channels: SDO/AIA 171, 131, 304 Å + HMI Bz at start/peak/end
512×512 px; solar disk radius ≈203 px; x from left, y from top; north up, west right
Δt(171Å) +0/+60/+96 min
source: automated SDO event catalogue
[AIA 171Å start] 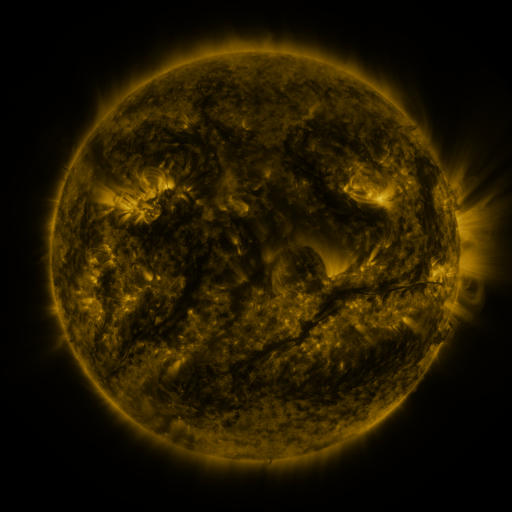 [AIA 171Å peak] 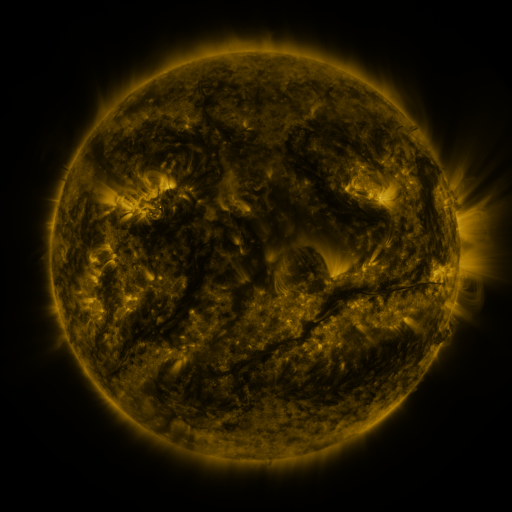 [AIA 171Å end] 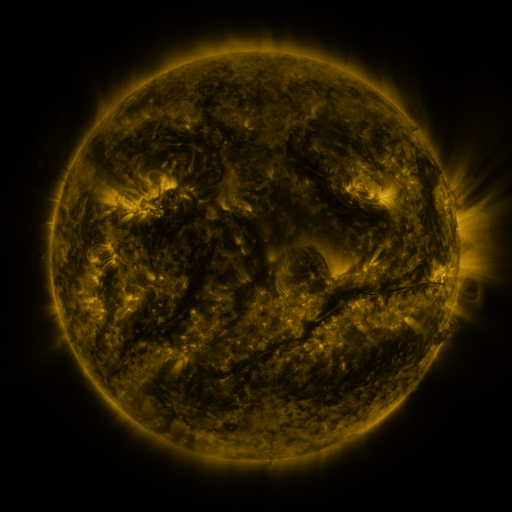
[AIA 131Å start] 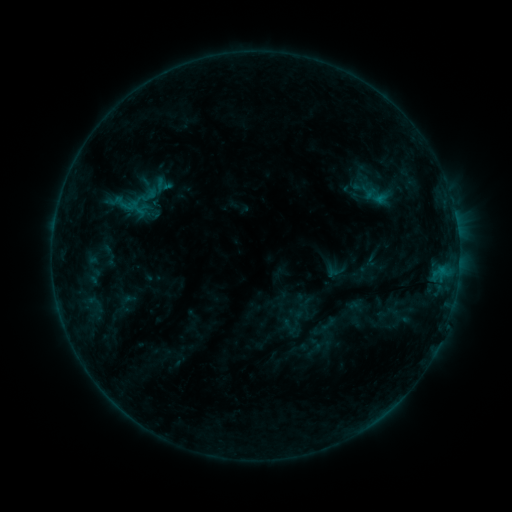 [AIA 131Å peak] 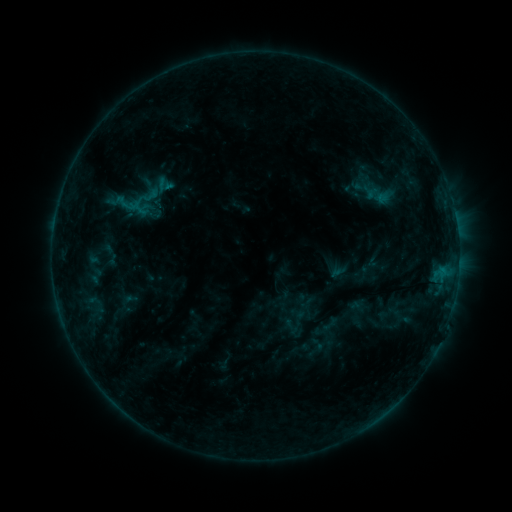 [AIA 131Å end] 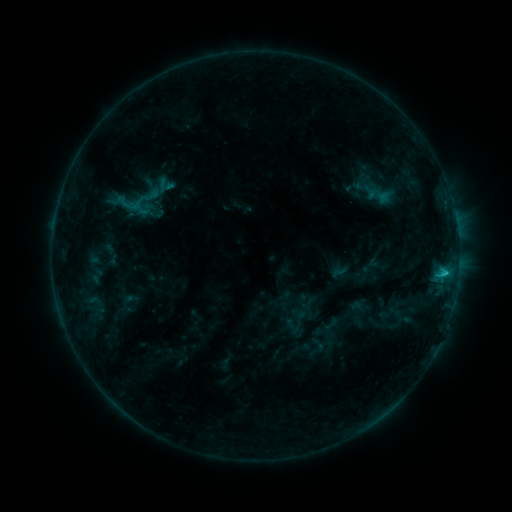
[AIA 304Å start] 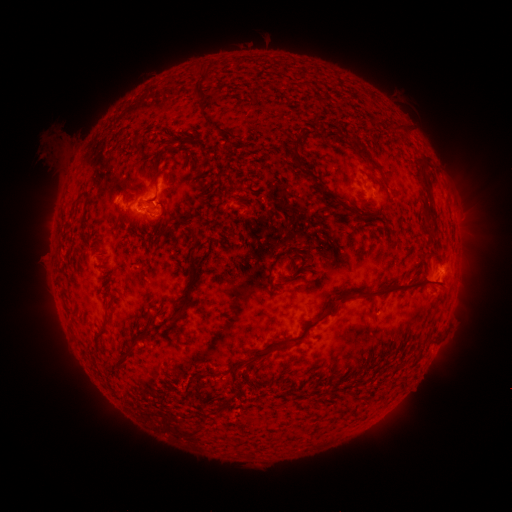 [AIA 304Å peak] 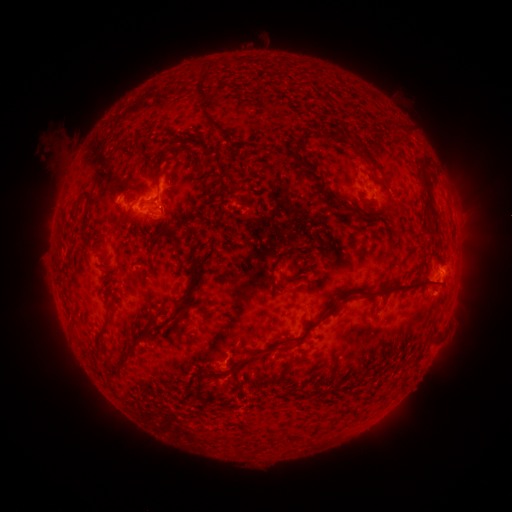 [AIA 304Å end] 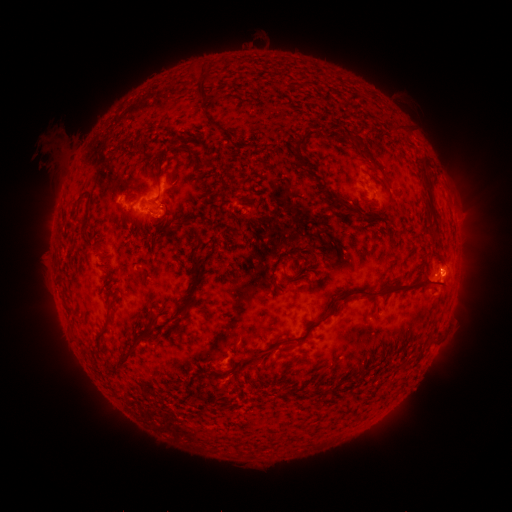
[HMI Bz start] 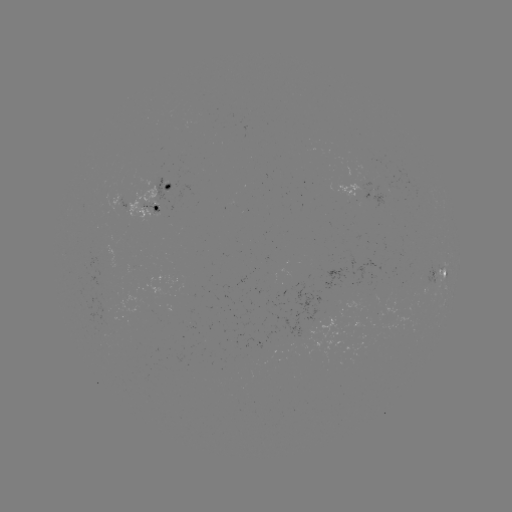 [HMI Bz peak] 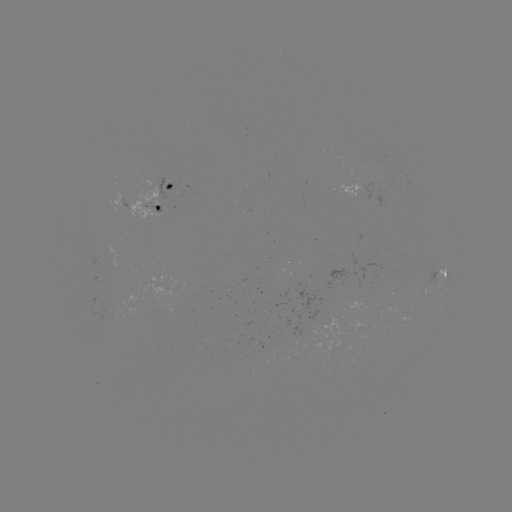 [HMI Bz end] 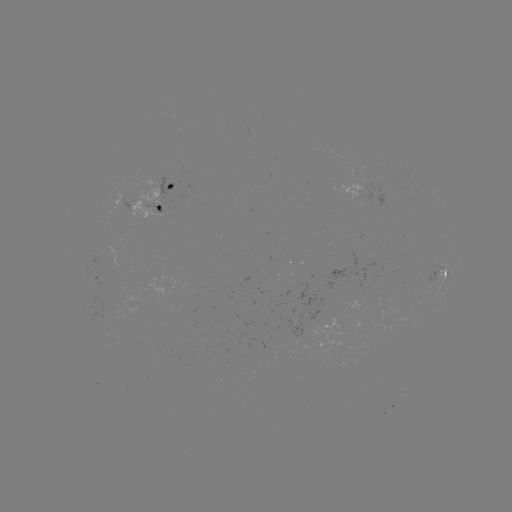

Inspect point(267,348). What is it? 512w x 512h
emerging-flux region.